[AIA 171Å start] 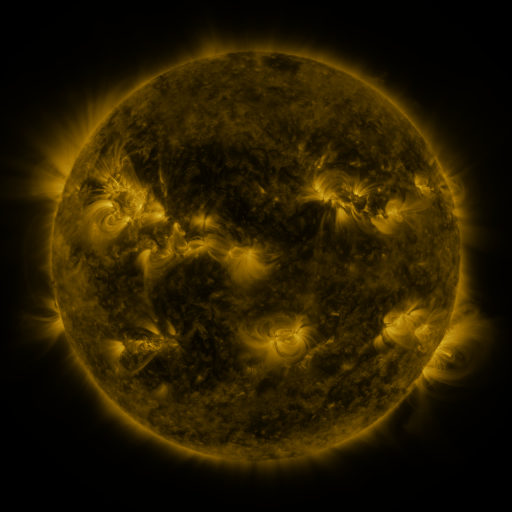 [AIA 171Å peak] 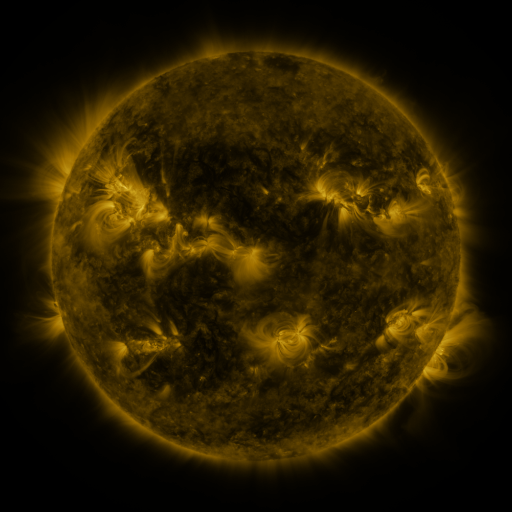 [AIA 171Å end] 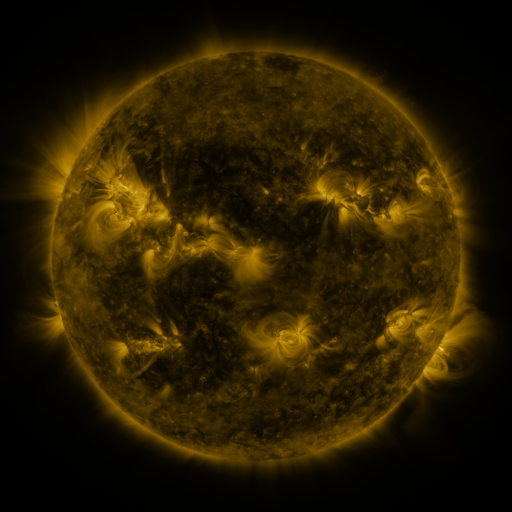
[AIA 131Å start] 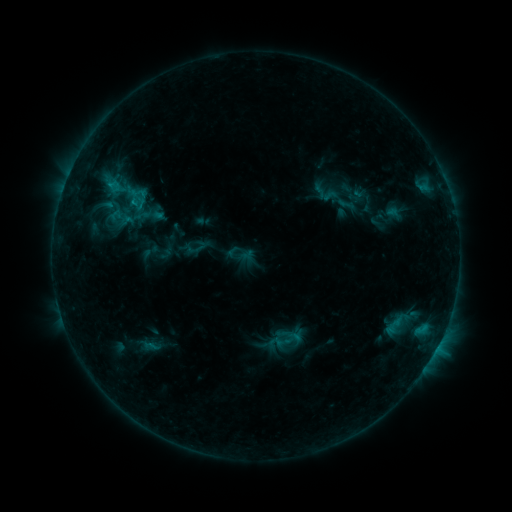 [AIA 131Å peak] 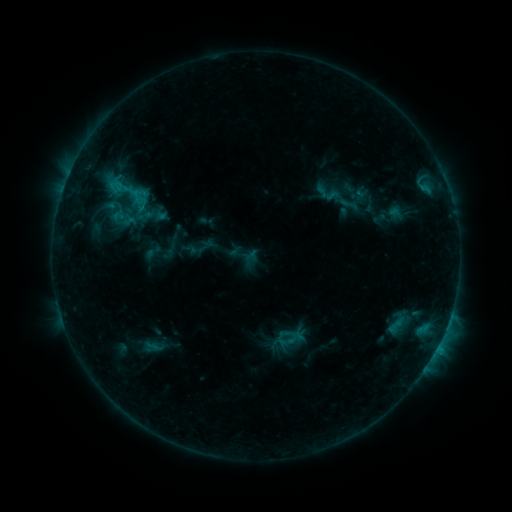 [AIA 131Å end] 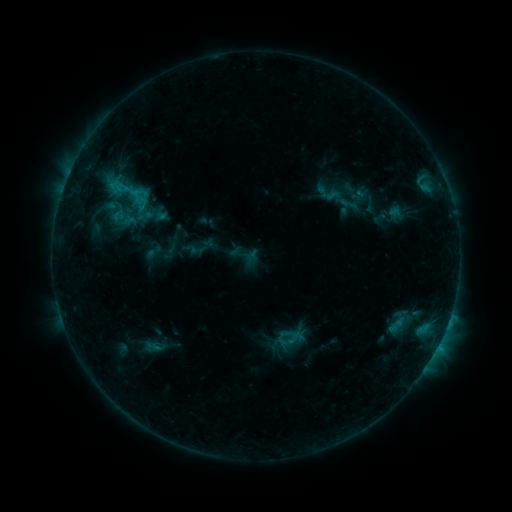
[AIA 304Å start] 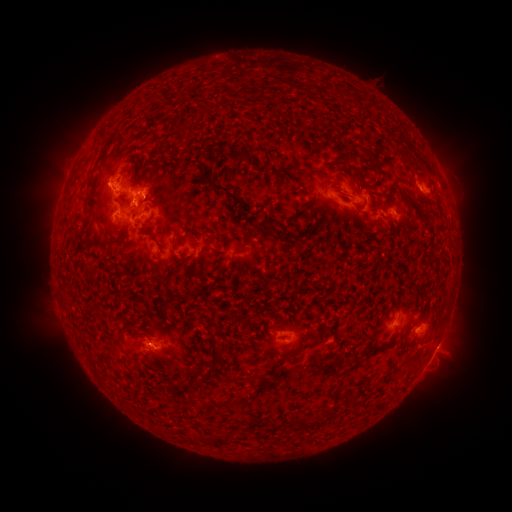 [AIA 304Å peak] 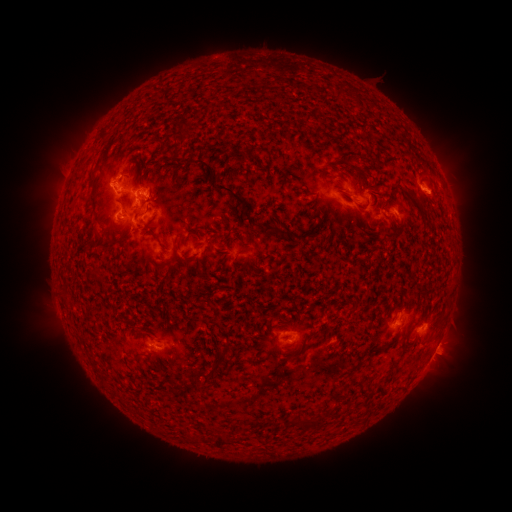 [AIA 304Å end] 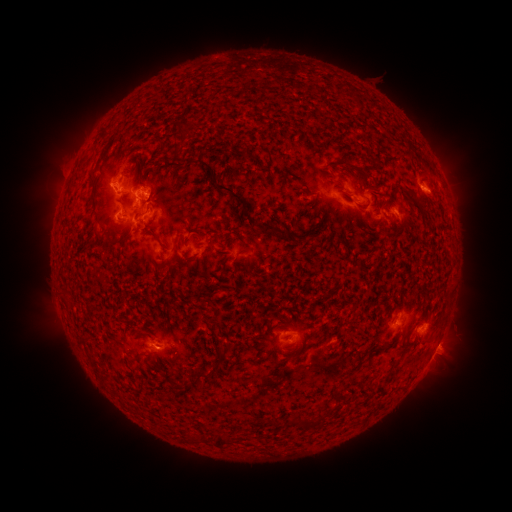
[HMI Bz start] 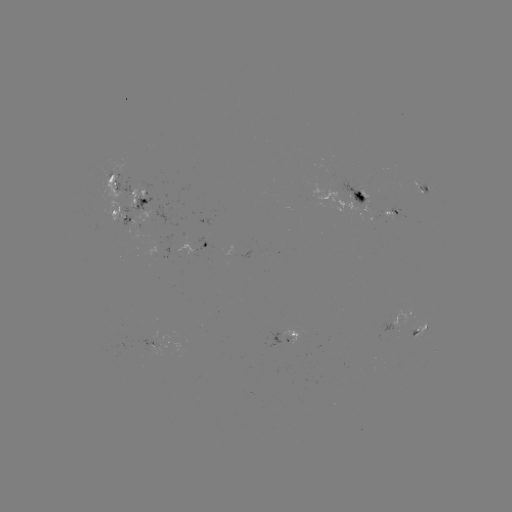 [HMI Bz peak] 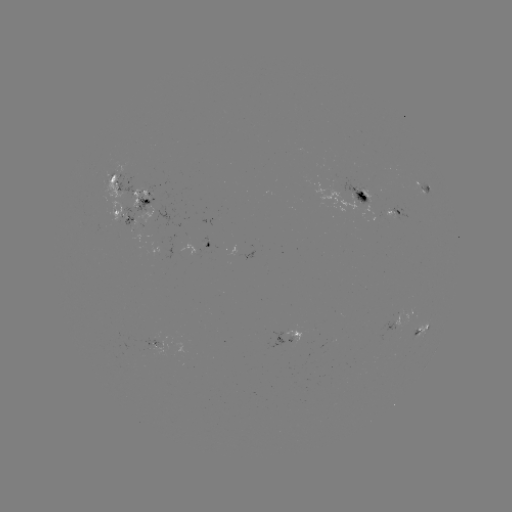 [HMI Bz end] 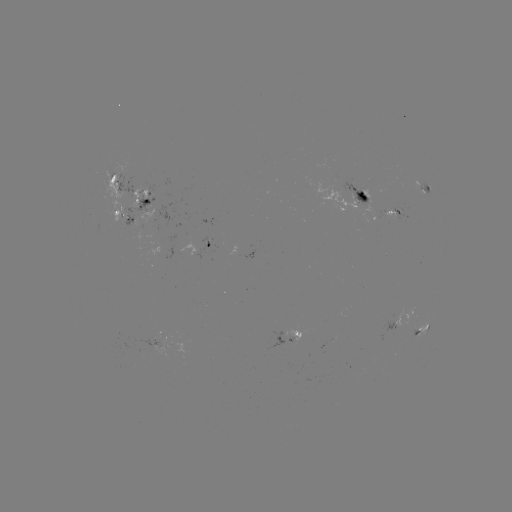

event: emerging-flux region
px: (145, 190)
